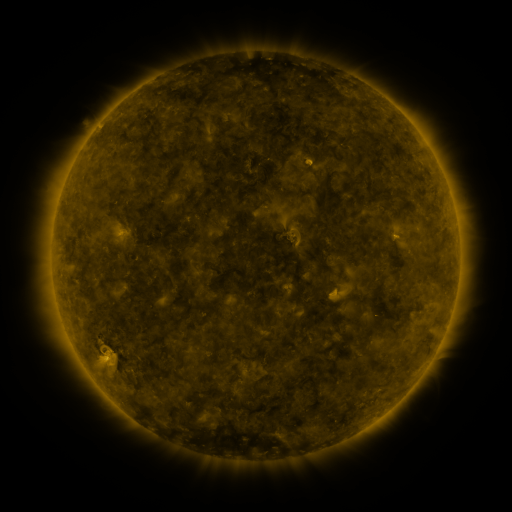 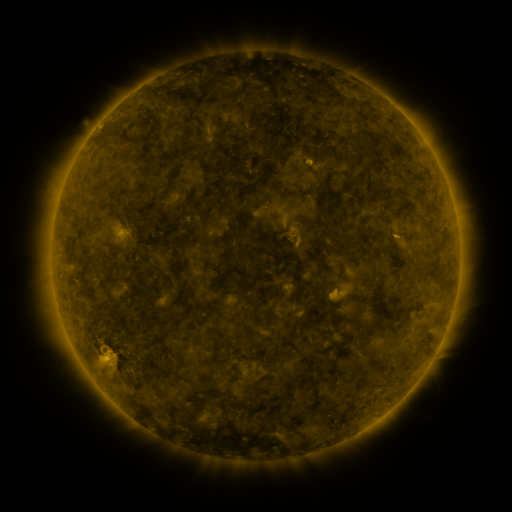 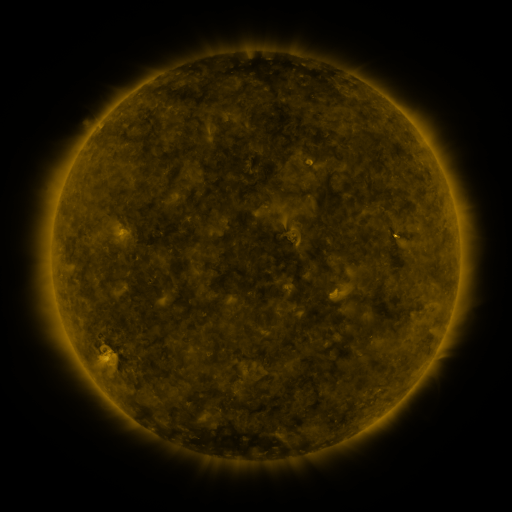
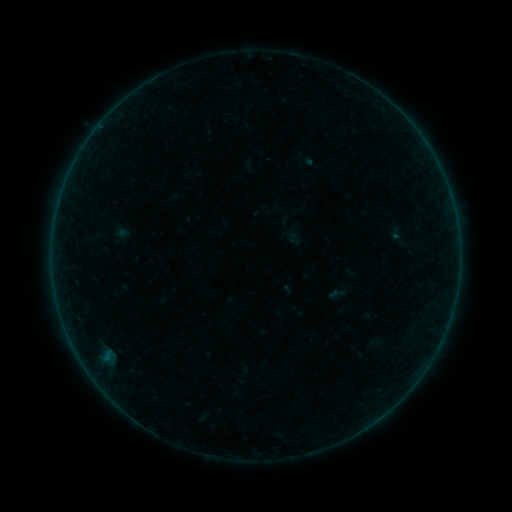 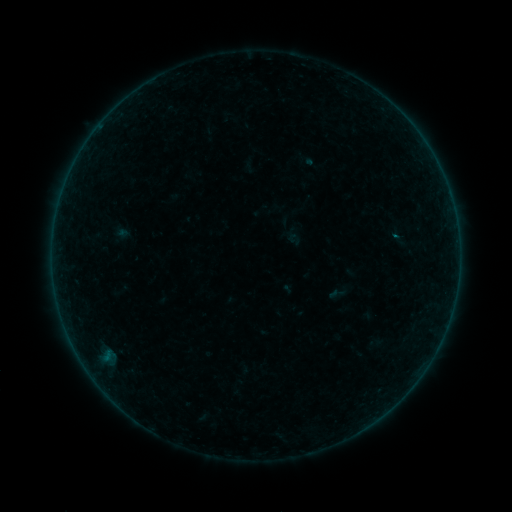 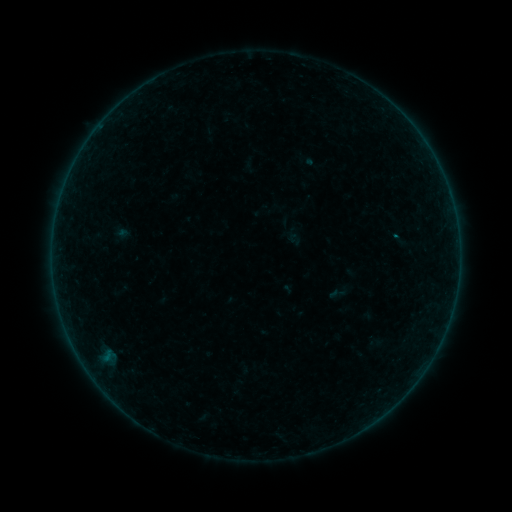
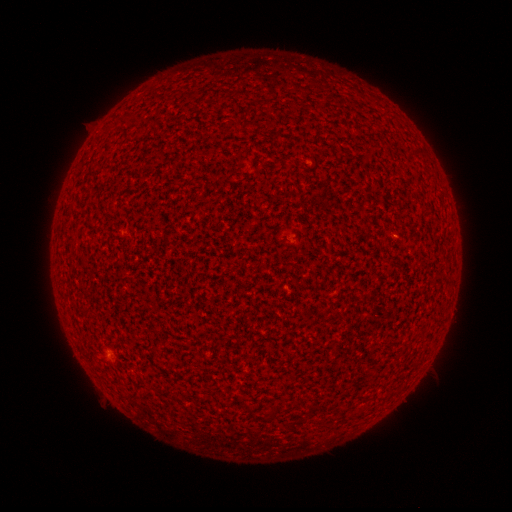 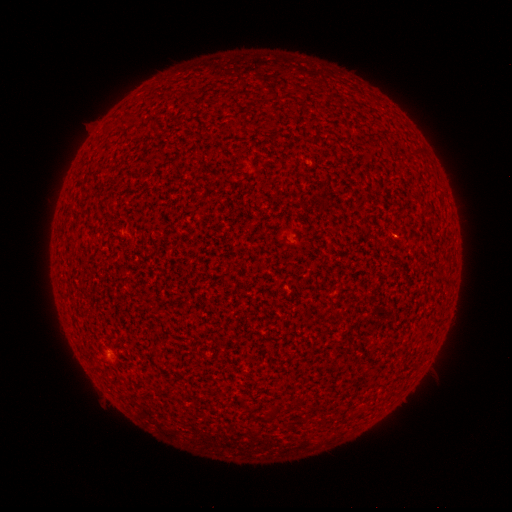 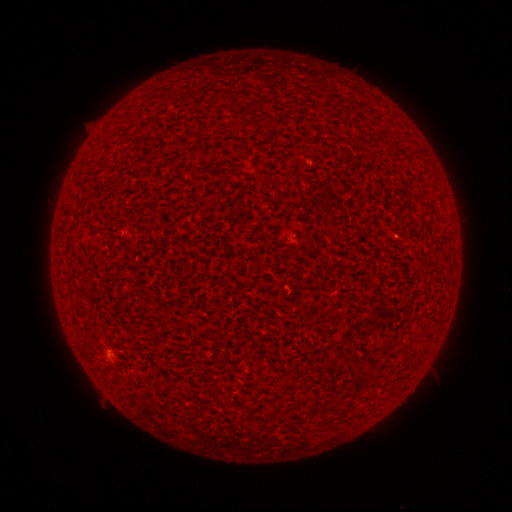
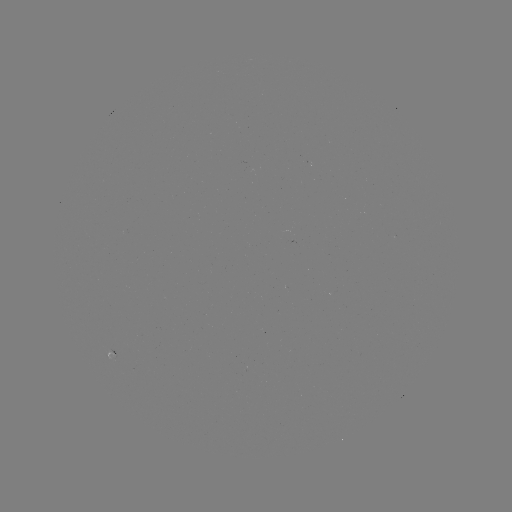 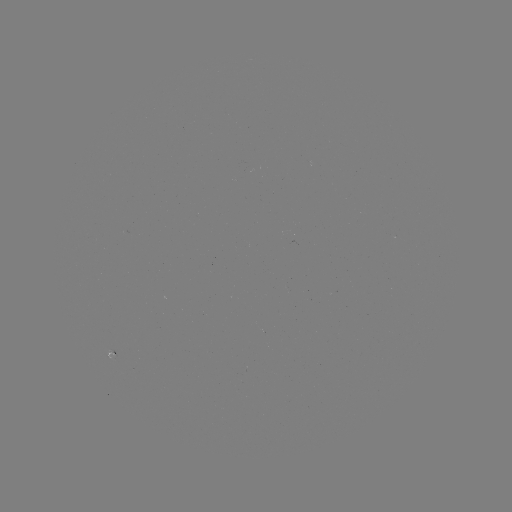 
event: flare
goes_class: B1.1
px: (394, 236)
